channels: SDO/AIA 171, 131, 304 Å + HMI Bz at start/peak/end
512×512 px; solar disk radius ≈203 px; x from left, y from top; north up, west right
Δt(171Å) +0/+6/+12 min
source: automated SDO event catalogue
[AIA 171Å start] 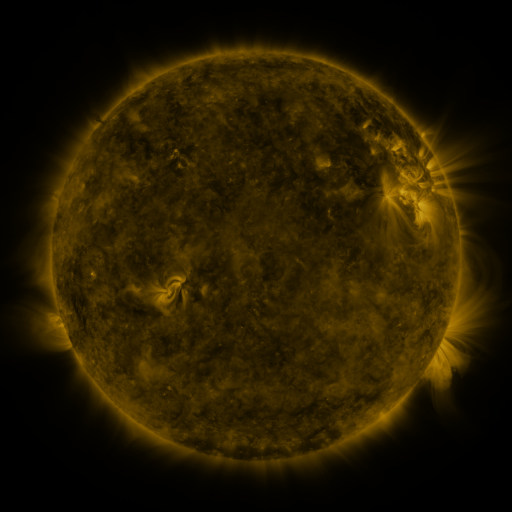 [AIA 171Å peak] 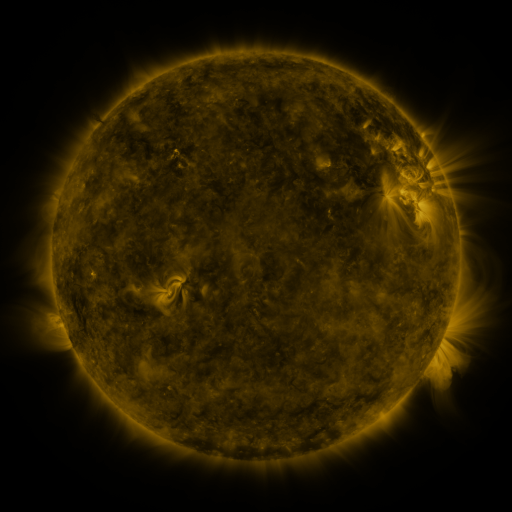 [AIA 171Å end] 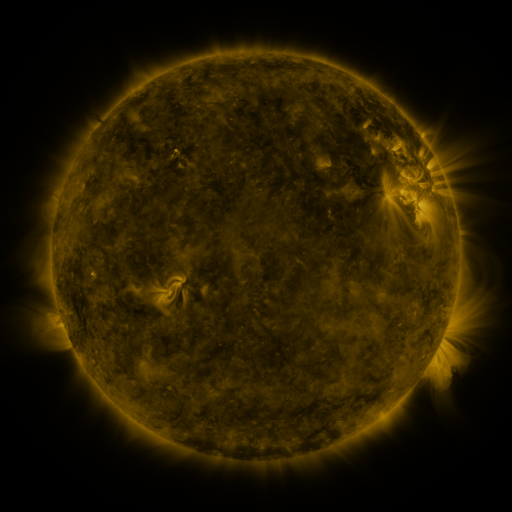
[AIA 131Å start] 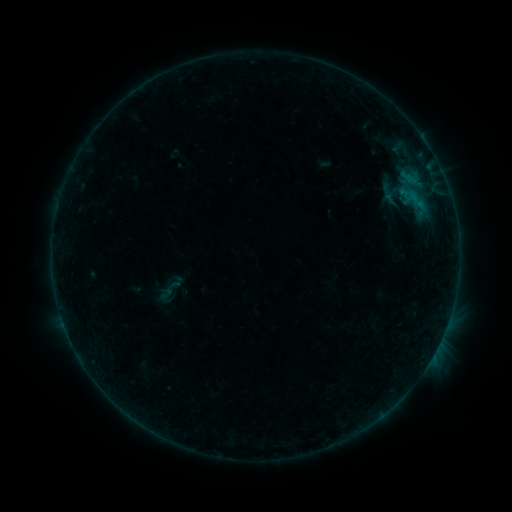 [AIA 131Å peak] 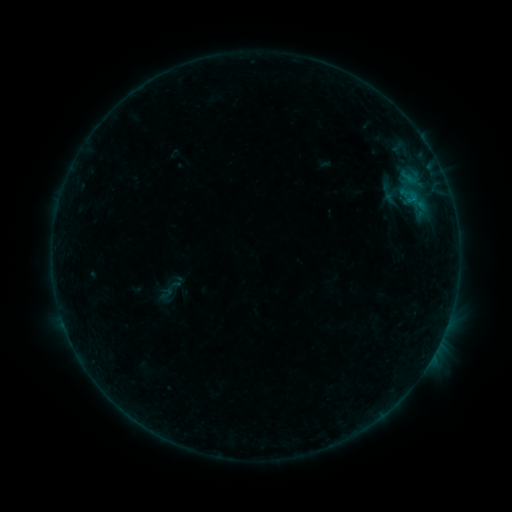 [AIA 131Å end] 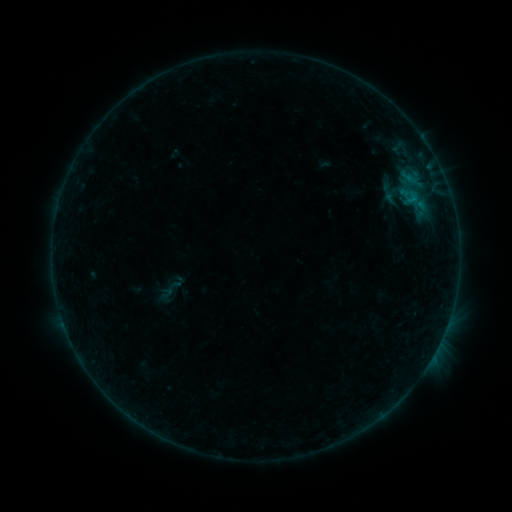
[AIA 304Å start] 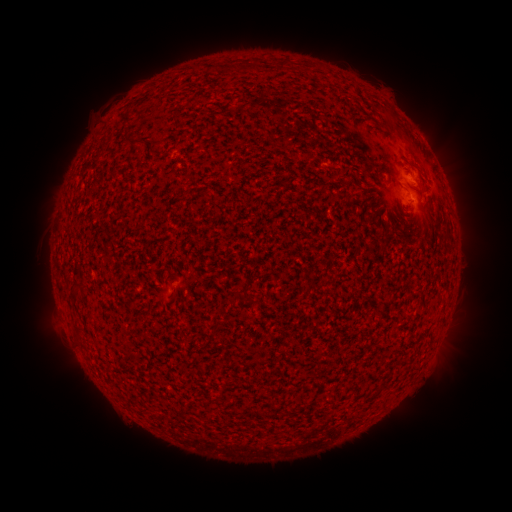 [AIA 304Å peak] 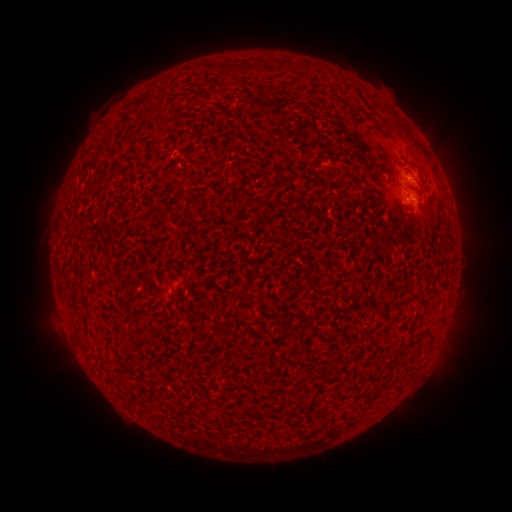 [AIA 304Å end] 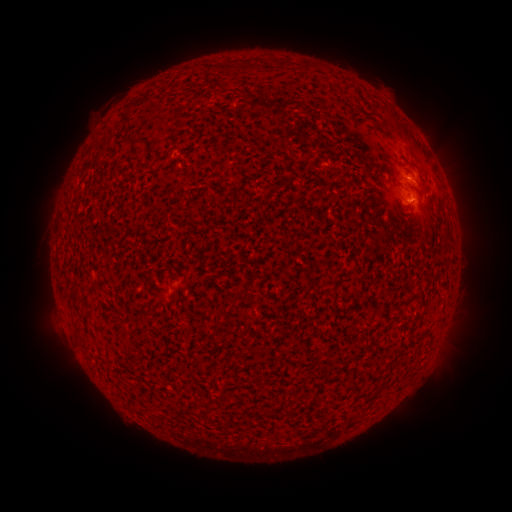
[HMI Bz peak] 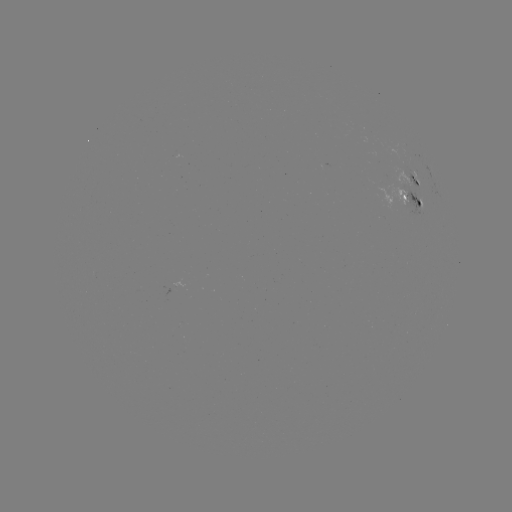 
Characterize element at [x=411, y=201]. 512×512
B2.7 flare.